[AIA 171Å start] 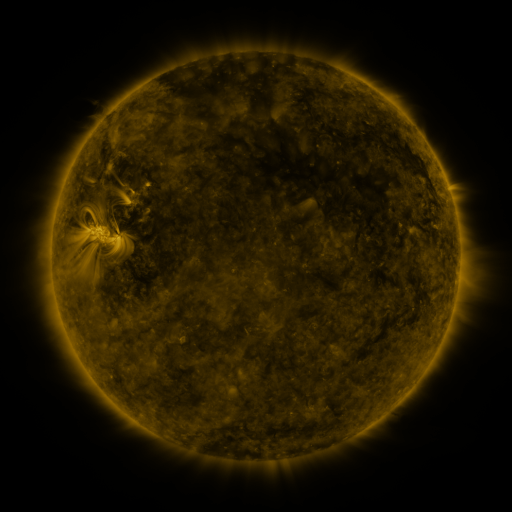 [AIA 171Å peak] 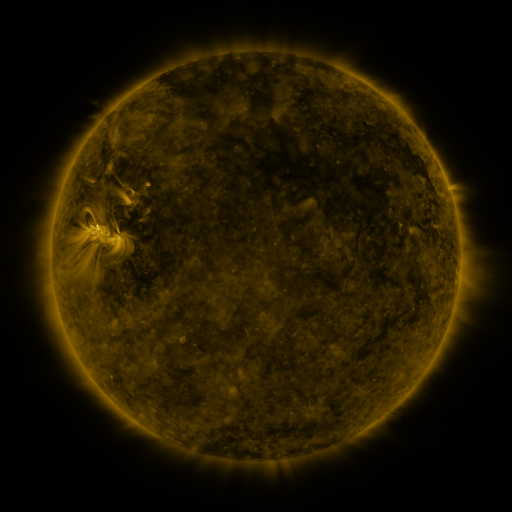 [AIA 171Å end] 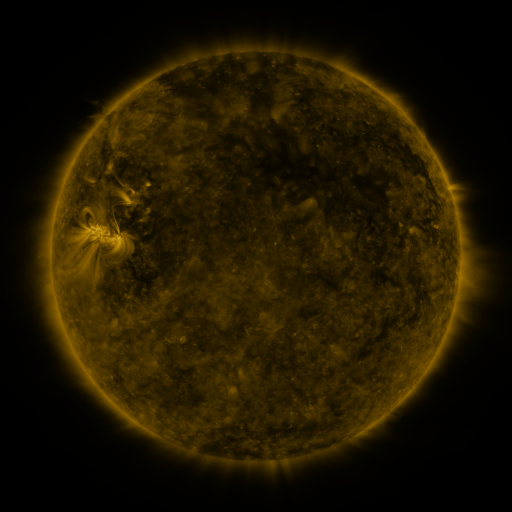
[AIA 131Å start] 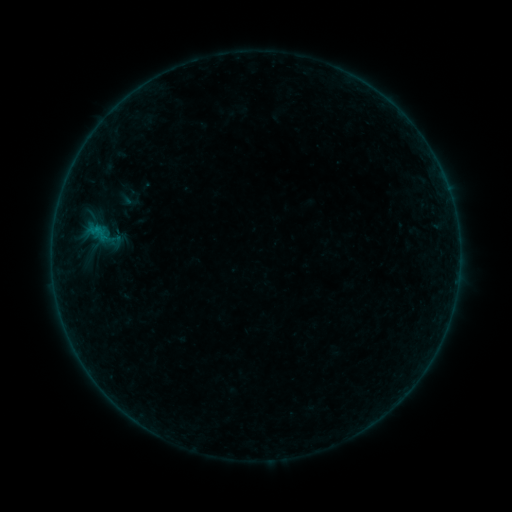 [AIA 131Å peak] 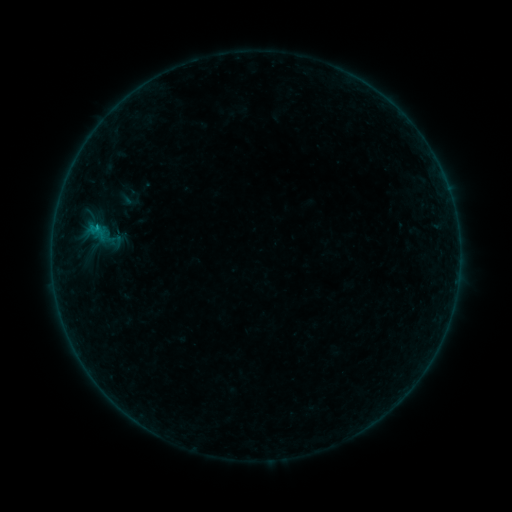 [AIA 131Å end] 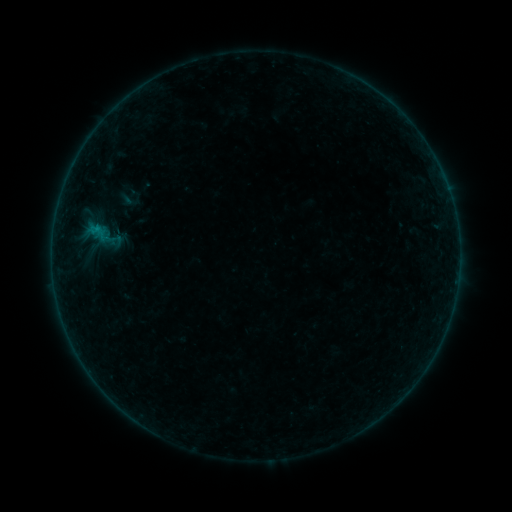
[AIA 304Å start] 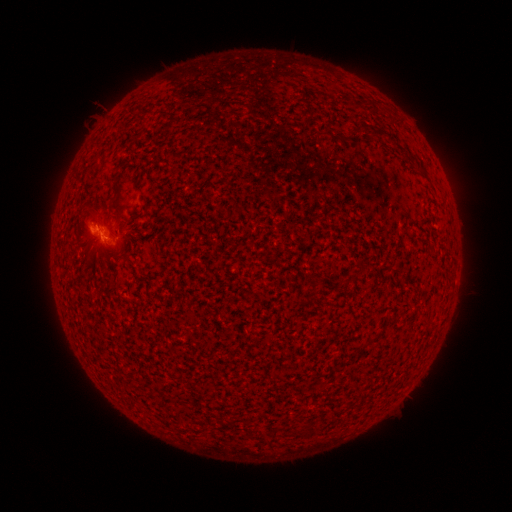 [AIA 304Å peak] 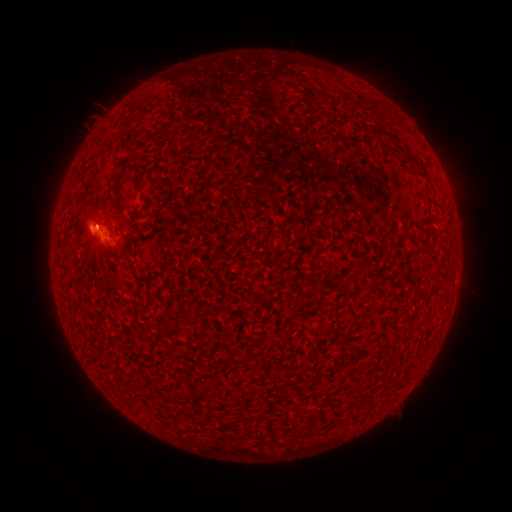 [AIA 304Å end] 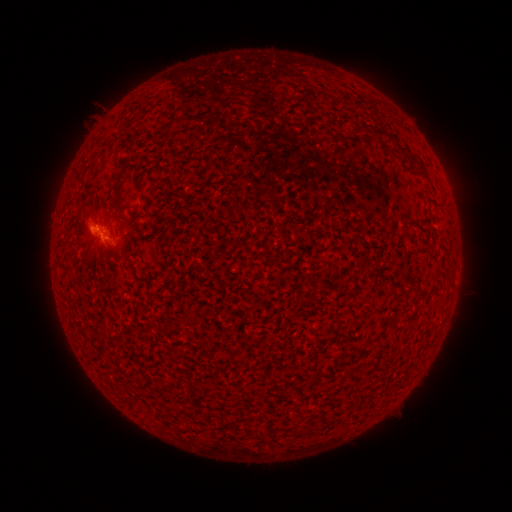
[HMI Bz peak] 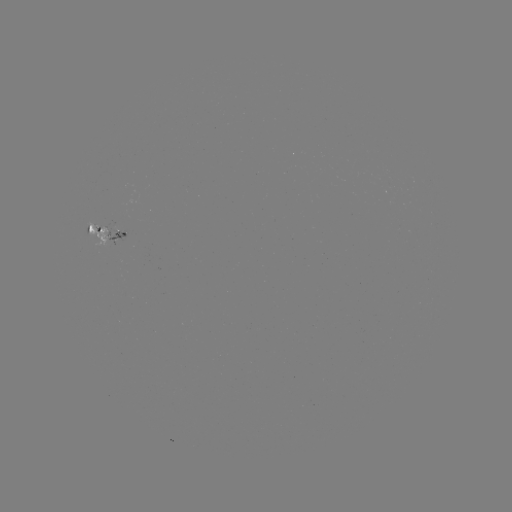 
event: flare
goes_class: B2.0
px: (96, 227)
